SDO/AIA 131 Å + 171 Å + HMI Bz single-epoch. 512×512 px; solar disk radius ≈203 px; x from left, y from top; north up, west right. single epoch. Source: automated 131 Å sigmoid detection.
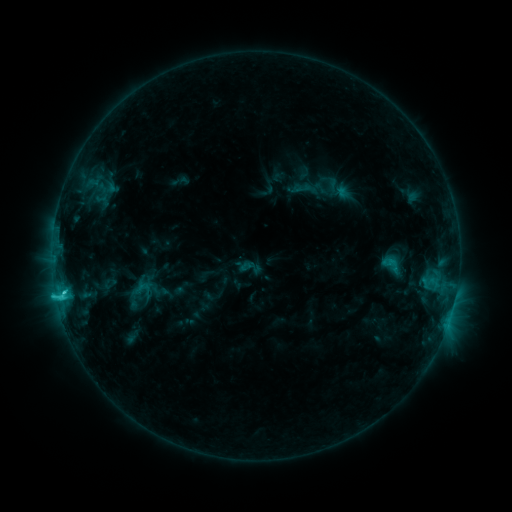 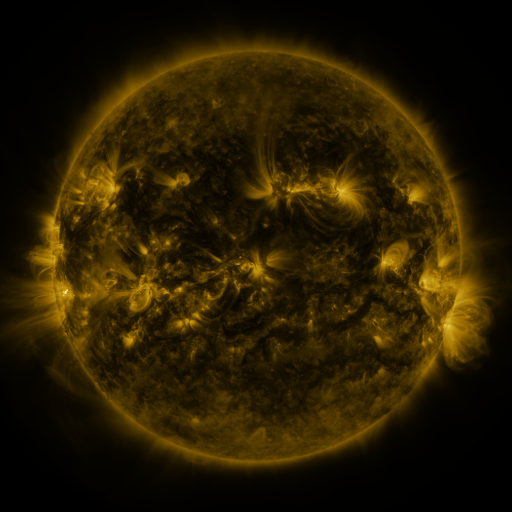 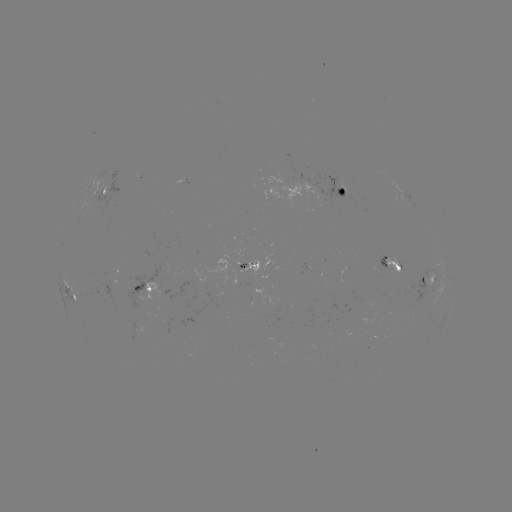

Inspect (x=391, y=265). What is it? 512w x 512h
sigmoid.